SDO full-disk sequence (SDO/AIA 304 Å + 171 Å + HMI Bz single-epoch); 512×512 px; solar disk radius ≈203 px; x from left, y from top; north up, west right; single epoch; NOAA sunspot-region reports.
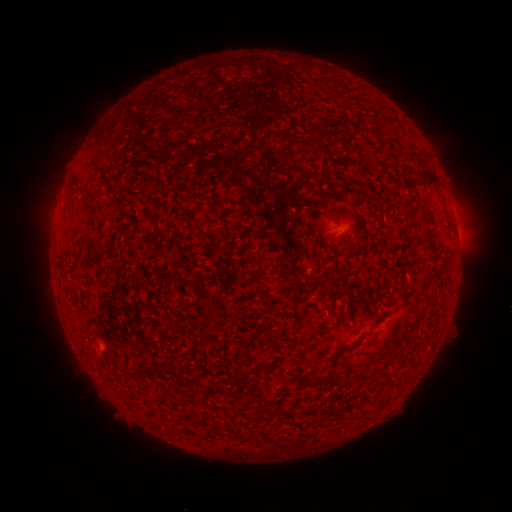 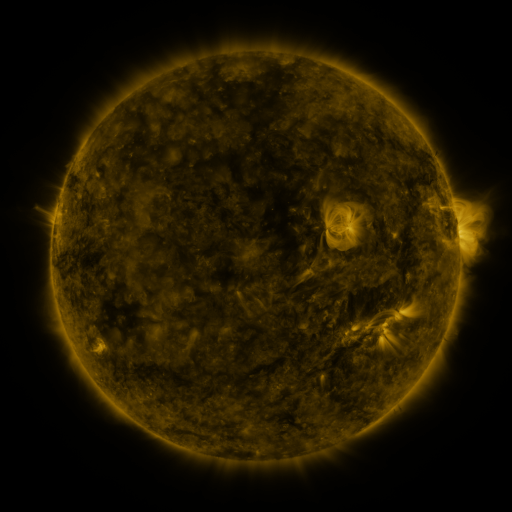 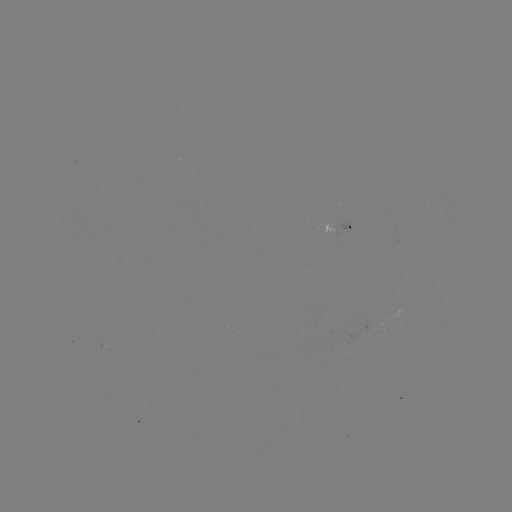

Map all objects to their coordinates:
spotted active region: (330, 226)
